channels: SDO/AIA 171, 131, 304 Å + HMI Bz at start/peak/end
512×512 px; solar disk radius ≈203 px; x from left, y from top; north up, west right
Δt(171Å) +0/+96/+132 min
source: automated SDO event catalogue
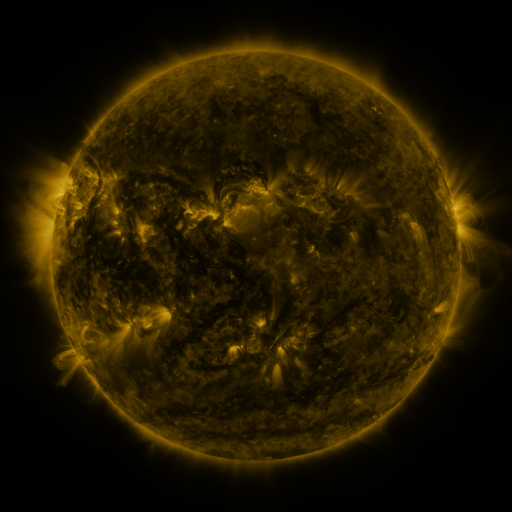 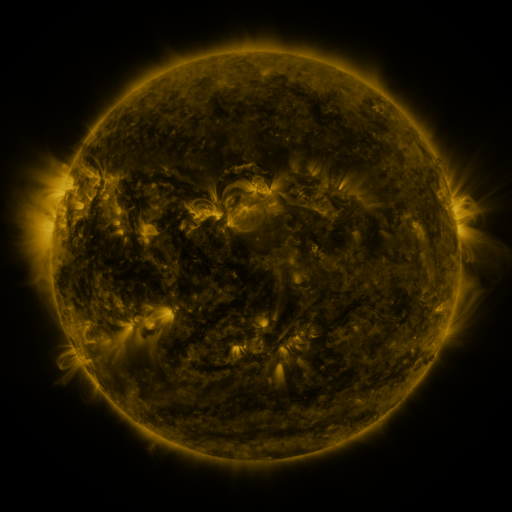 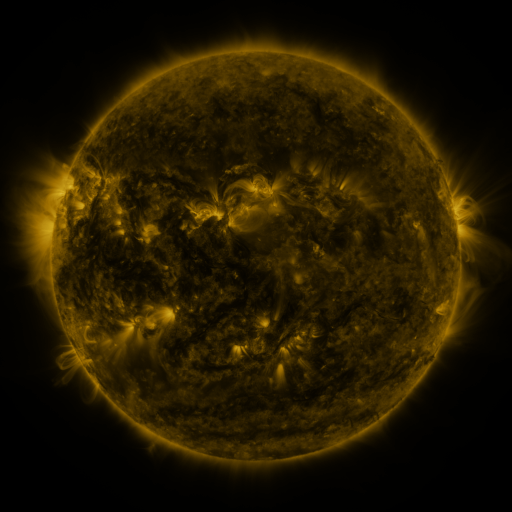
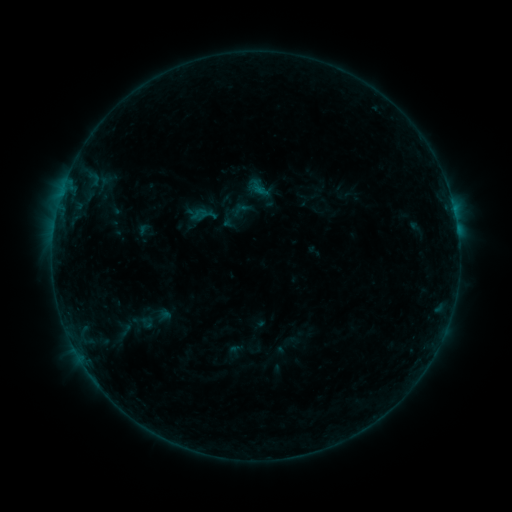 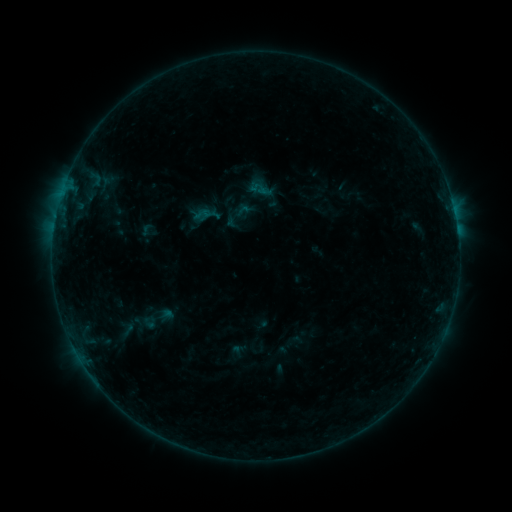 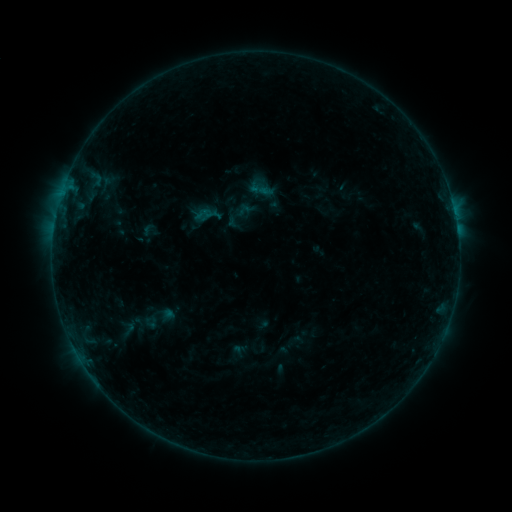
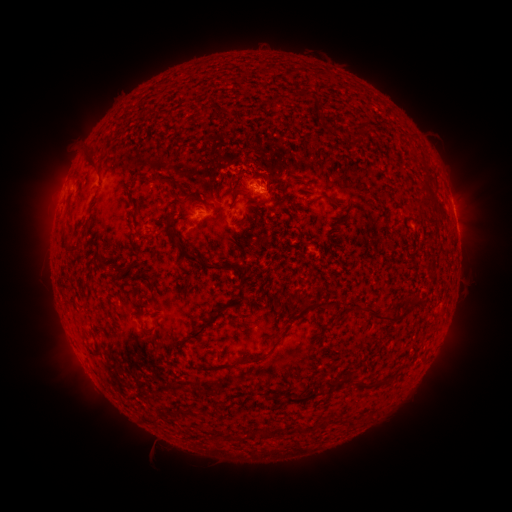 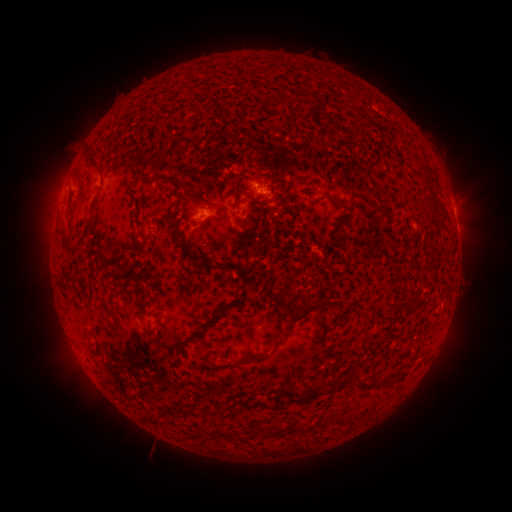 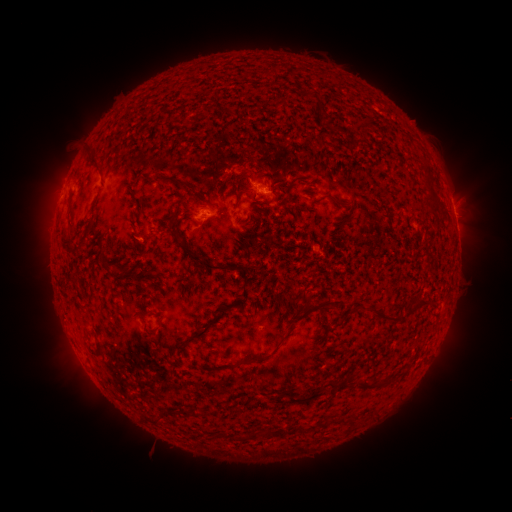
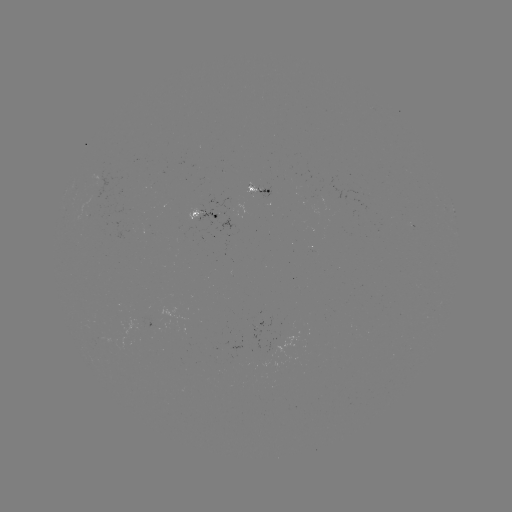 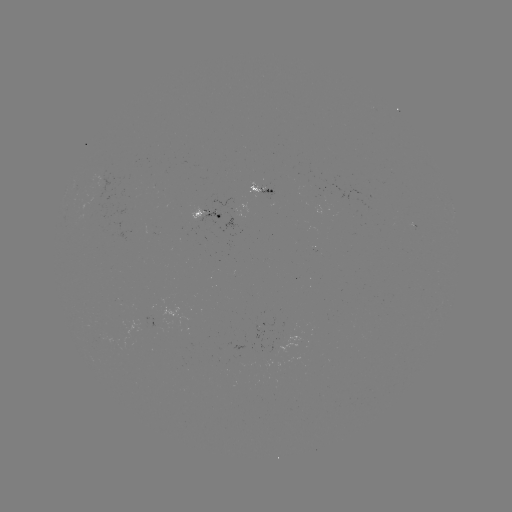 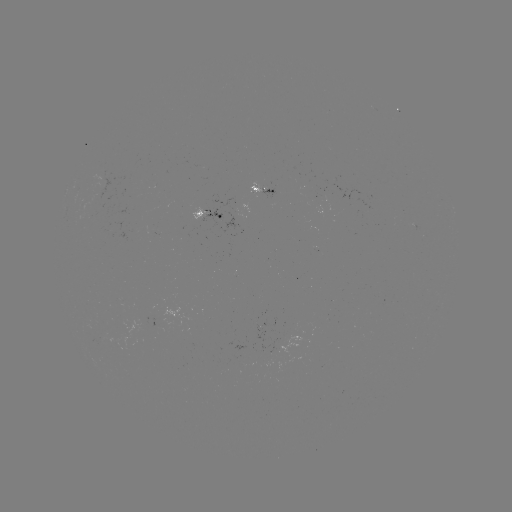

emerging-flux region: [96, 176, 114, 189]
